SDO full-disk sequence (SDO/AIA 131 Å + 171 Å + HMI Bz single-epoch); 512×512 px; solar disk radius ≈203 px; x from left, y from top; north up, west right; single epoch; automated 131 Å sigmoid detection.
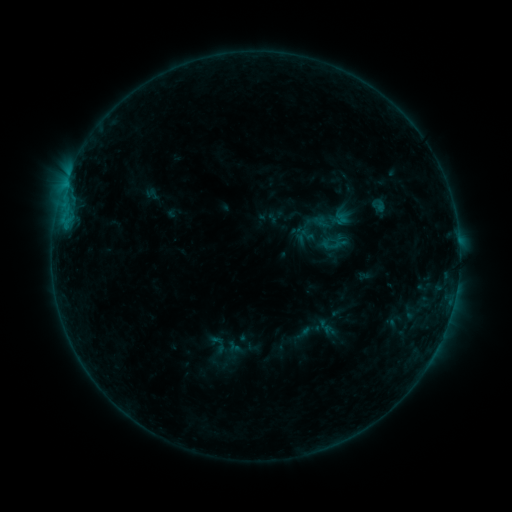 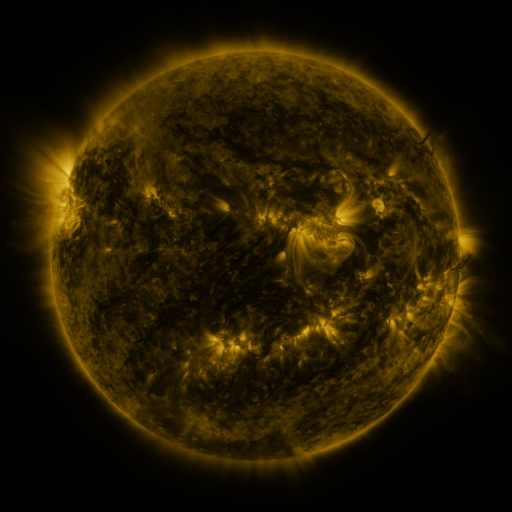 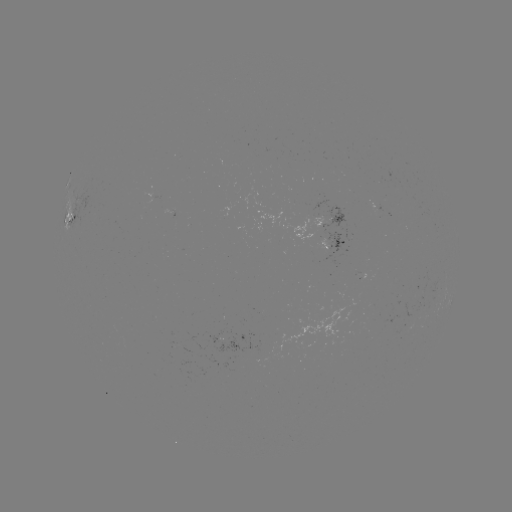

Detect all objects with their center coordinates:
sigmoid: <bbox>205, 333, 230, 355</bbox>
